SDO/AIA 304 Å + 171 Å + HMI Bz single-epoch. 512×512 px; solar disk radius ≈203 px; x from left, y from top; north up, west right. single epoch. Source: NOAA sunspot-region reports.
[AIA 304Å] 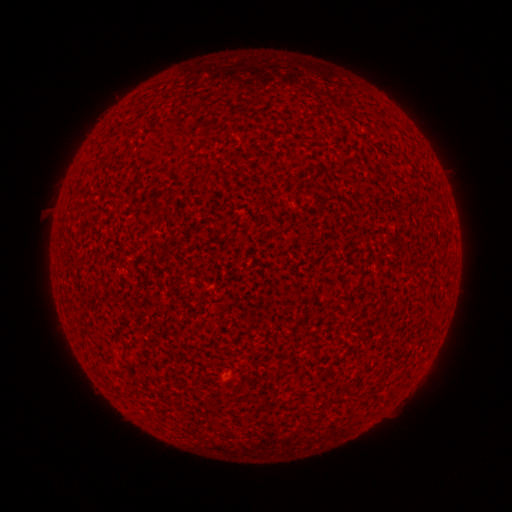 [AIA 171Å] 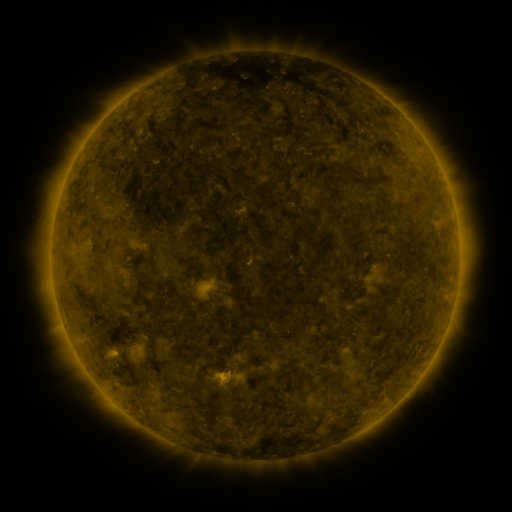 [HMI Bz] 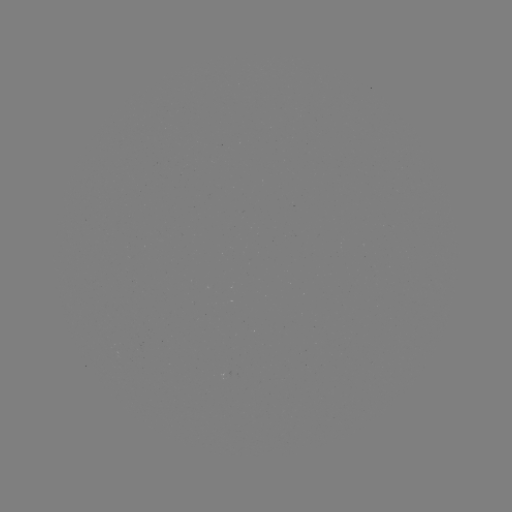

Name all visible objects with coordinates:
(none)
